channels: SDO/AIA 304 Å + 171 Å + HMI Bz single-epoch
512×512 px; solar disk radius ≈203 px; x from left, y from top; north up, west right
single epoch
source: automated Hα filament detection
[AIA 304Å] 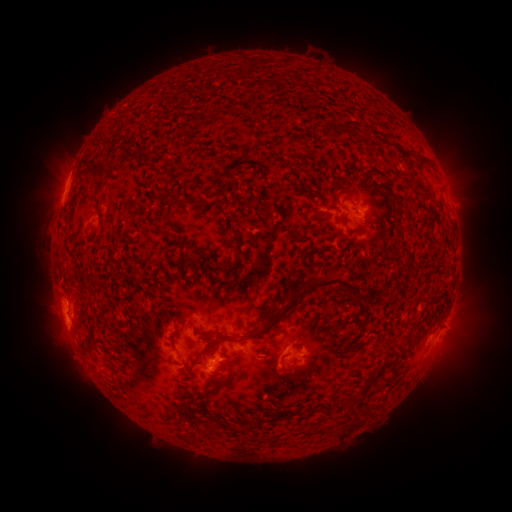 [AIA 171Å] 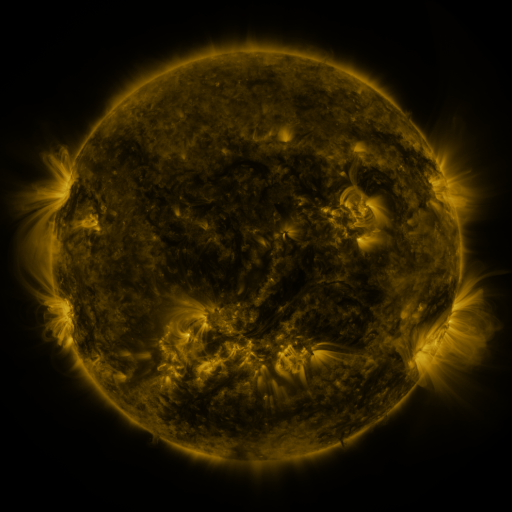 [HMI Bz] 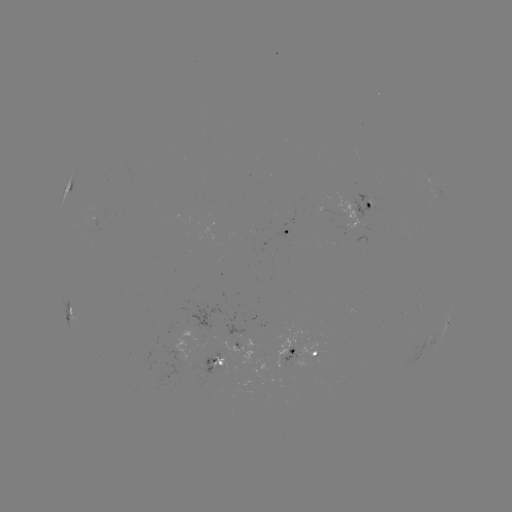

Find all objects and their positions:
filament: <bbox>274, 163, 282, 173</bbox>
filament: <bbox>299, 167, 309, 176</bbox>
filament: <bbox>163, 191, 174, 202</bbox>
filament: <bbox>339, 215, 346, 226</bbox>
filament: <bbox>391, 225, 402, 243</bbox>
filament: <bbox>353, 227, 366, 235</bbox>
filament: <bbox>161, 229, 170, 238</bbox>
filament: <bbox>293, 272, 365, 315</bbox>
filament: <bbox>245, 313, 282, 338</bbox>
filament: <bbox>190, 322, 197, 335</bbox>
filament: <bbox>215, 333, 232, 342</bbox>
filament: <bbox>194, 343, 211, 360</bbox>
